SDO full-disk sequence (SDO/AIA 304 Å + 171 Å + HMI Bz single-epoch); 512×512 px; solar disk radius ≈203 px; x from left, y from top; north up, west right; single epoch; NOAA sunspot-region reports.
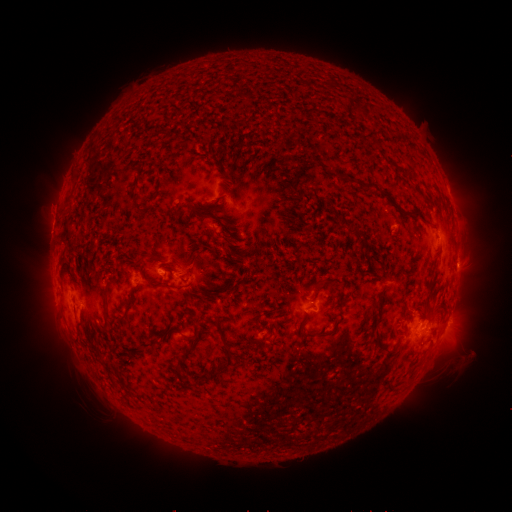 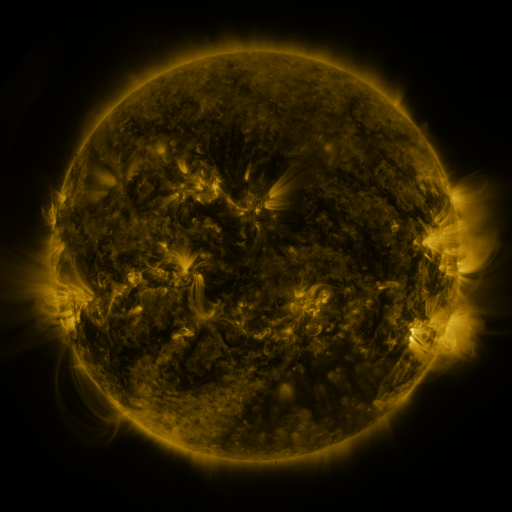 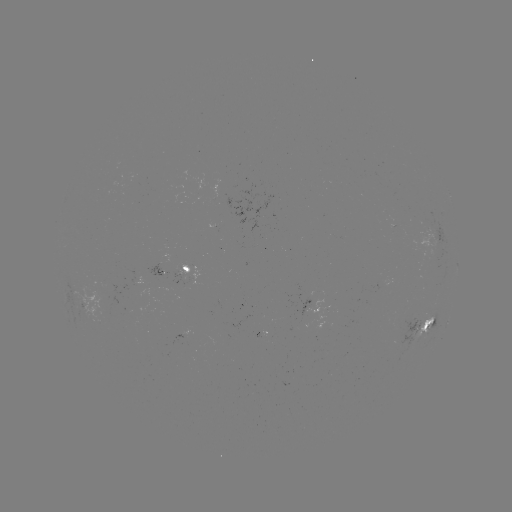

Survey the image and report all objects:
spotted active region: (450, 196)
spotted active region: (193, 270)
spotted active region: (90, 305)
spotted active region: (448, 322)
spotted active region: (427, 325)
spotted active region: (185, 336)
